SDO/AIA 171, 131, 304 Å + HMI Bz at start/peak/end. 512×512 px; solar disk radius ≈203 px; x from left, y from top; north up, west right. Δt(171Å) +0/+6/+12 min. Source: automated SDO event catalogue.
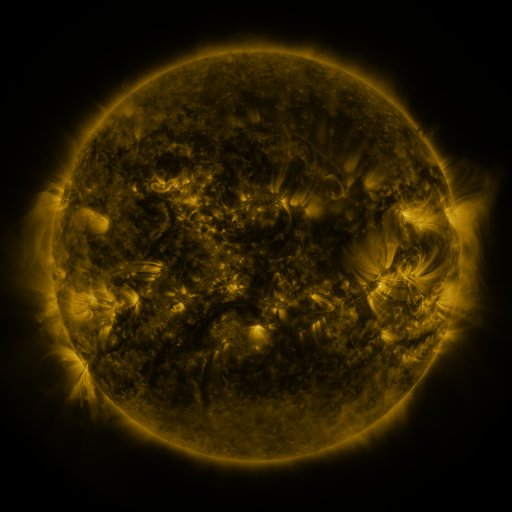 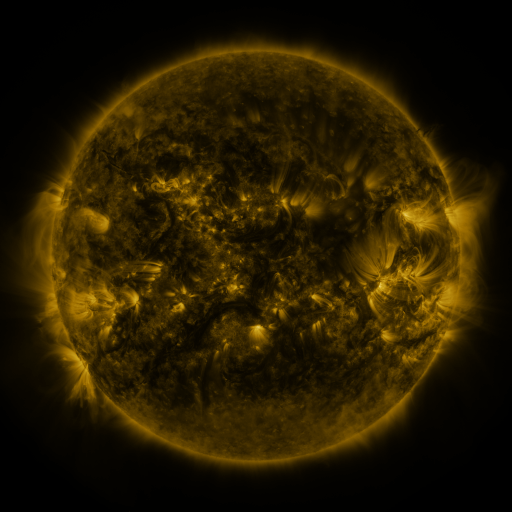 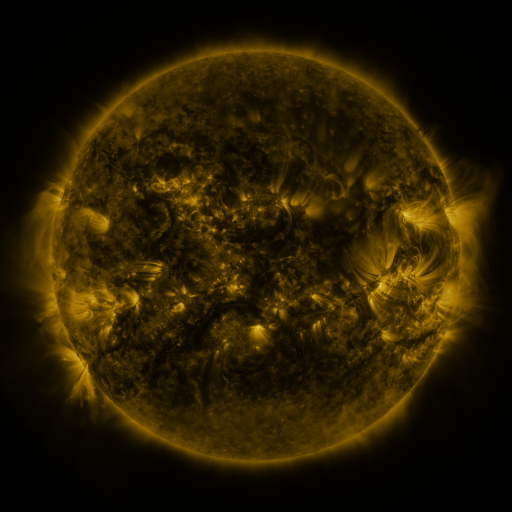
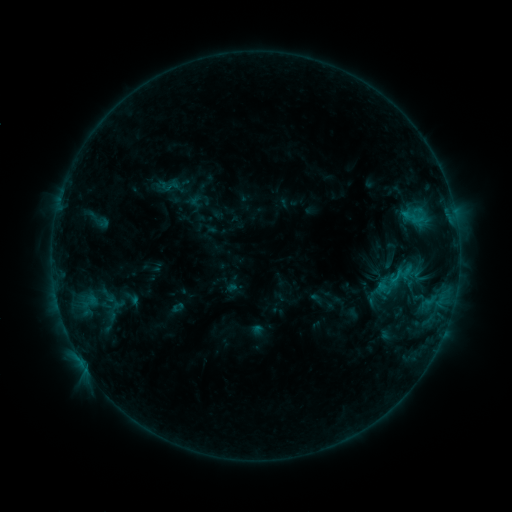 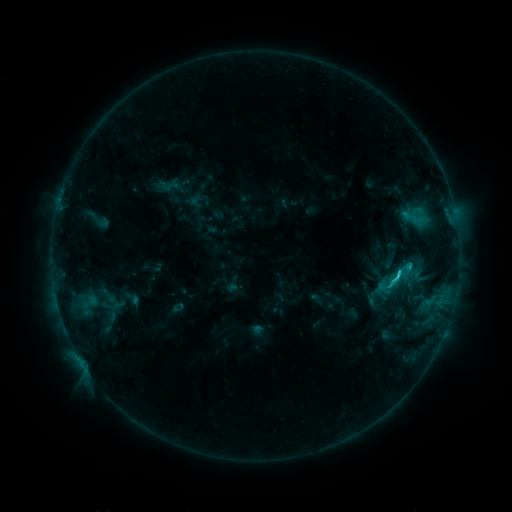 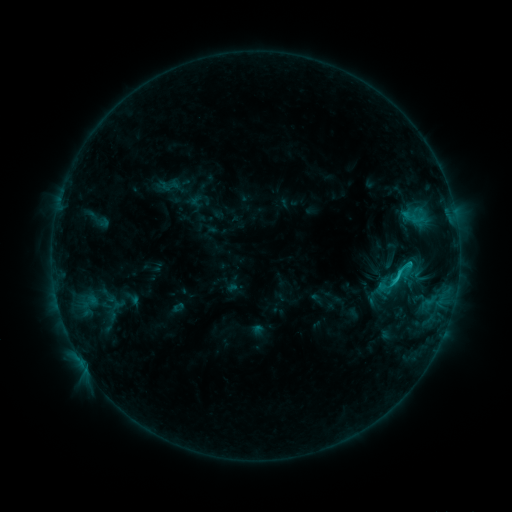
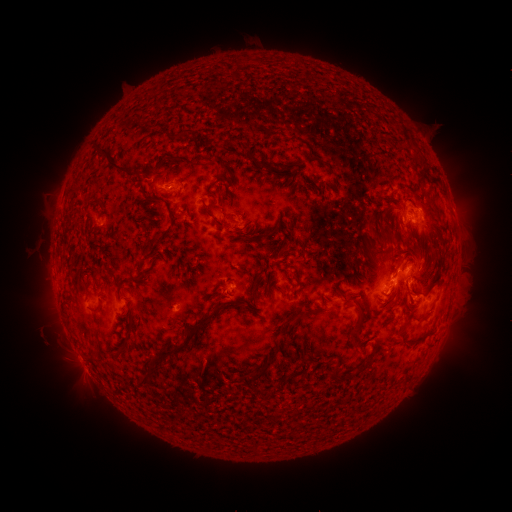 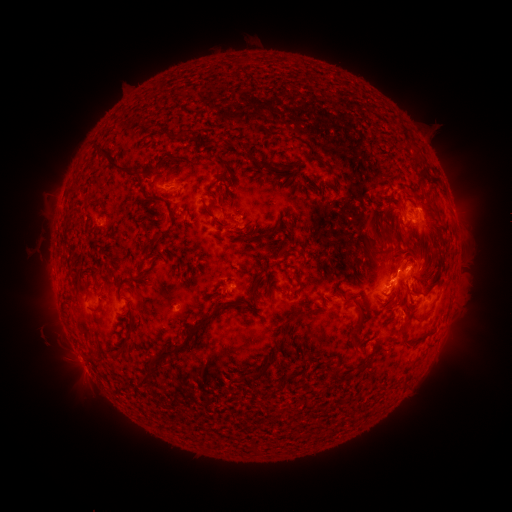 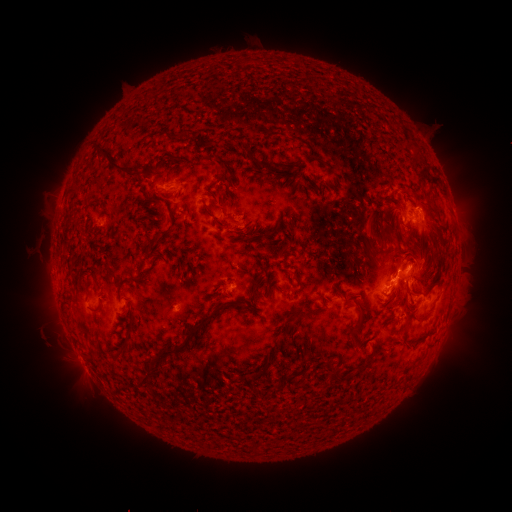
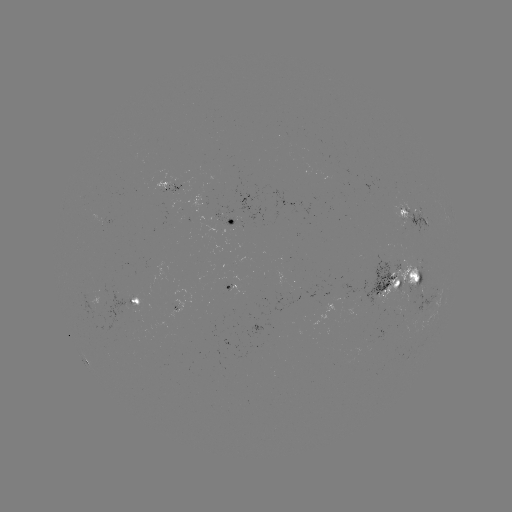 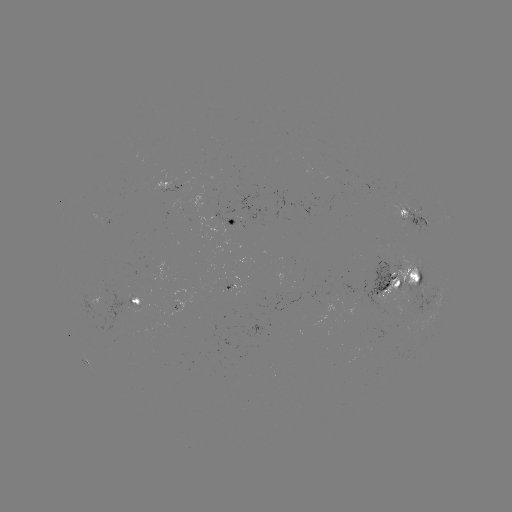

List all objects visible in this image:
C2.1 flare: (399, 270)
